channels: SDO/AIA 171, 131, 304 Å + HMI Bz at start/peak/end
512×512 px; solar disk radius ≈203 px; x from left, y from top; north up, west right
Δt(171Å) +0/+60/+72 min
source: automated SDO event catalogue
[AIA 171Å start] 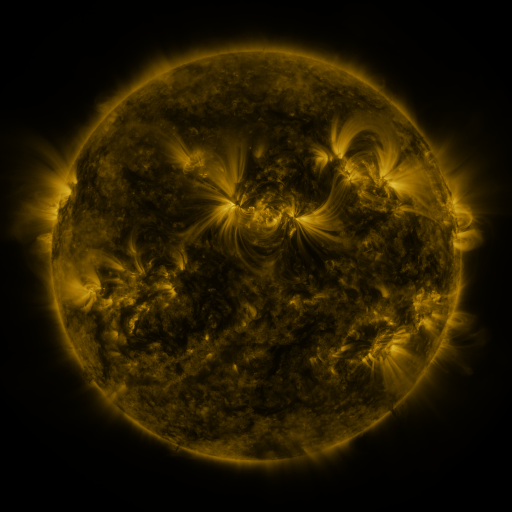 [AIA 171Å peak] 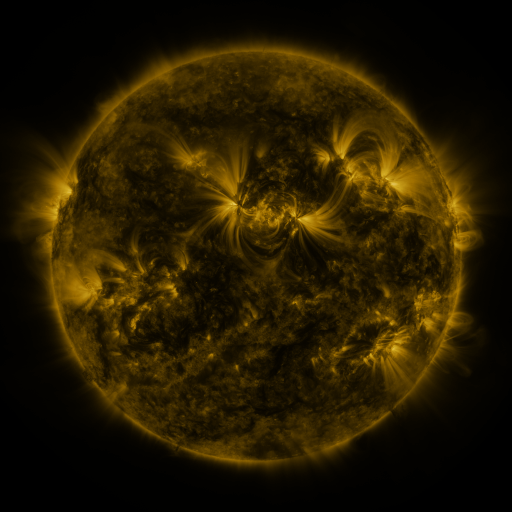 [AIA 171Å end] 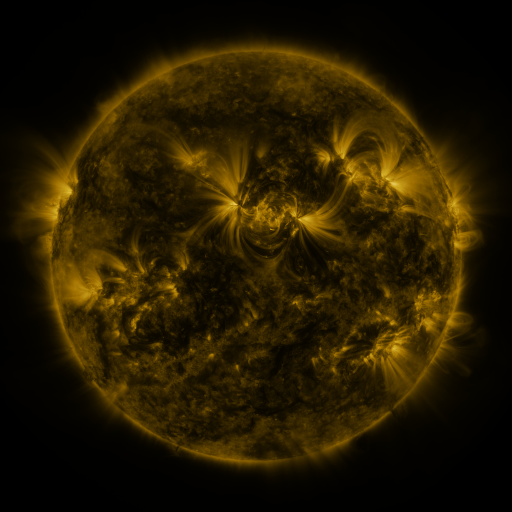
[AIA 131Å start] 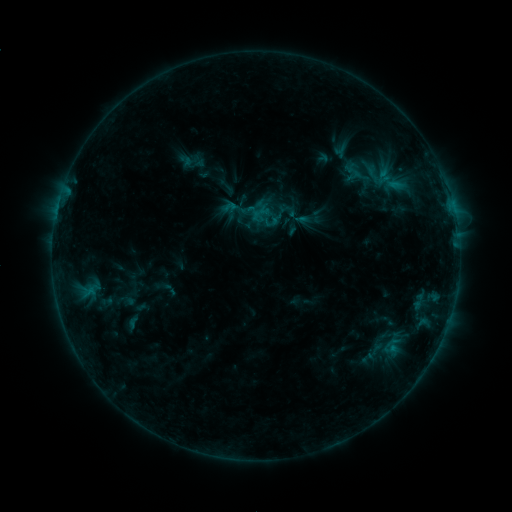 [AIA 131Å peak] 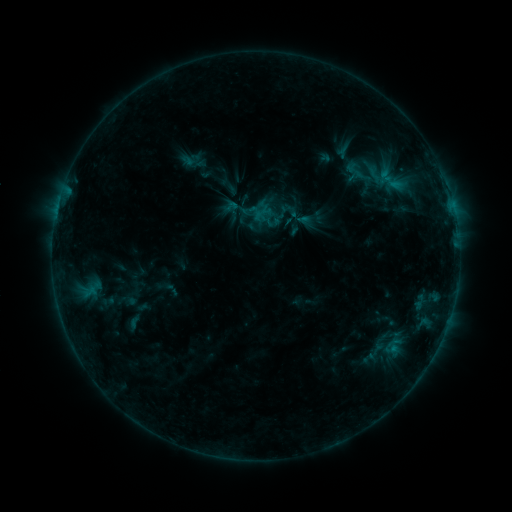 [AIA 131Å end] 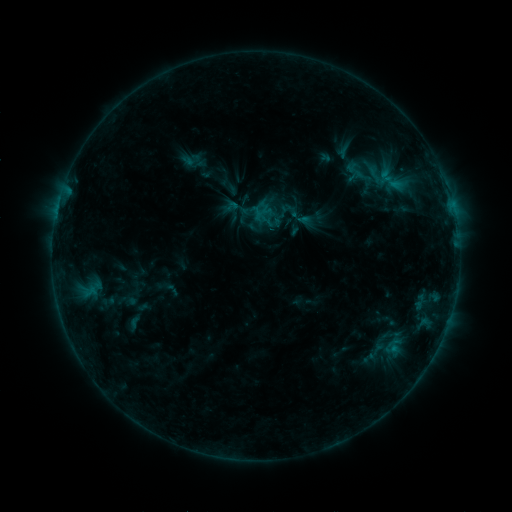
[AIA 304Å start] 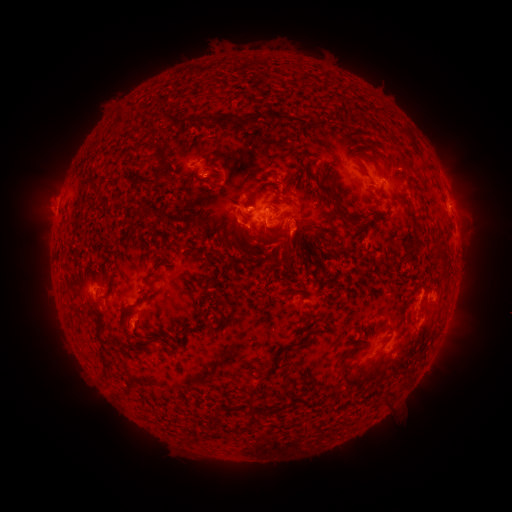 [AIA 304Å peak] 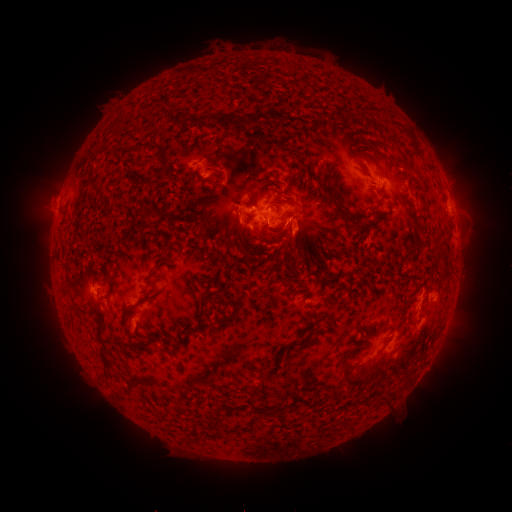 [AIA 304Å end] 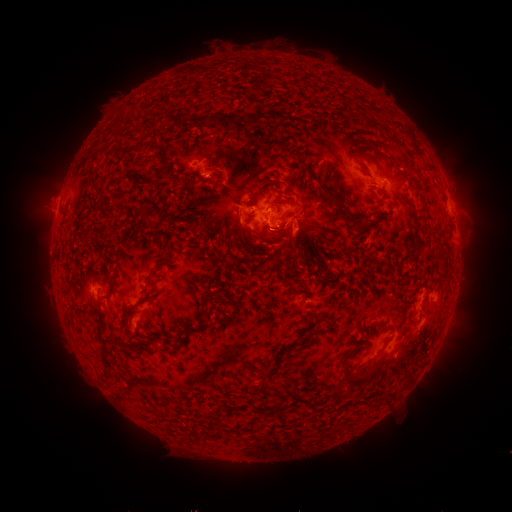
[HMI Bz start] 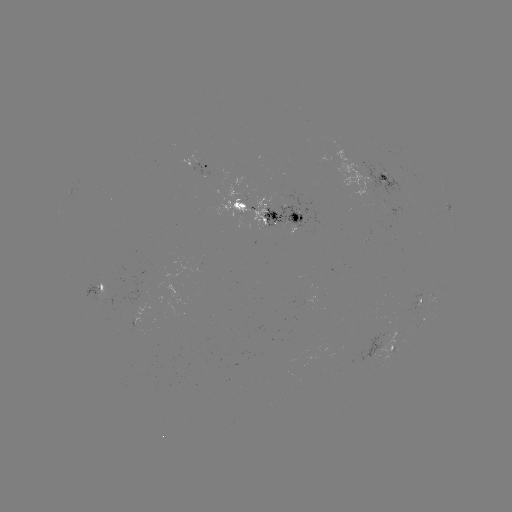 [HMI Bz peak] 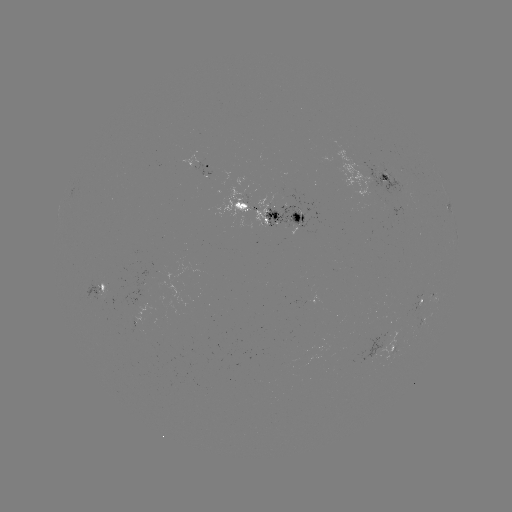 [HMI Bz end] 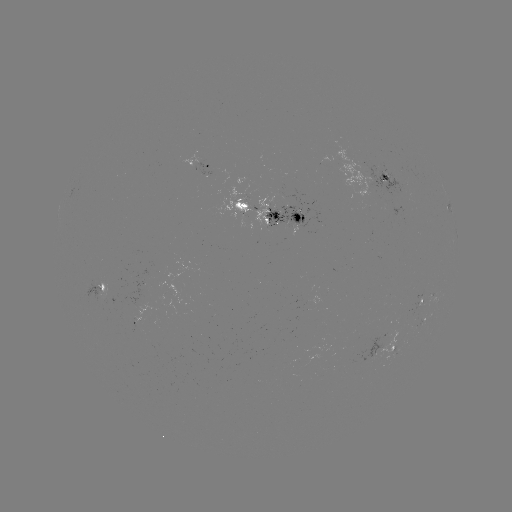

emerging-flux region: <bbox>279, 182, 285, 197</bbox>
